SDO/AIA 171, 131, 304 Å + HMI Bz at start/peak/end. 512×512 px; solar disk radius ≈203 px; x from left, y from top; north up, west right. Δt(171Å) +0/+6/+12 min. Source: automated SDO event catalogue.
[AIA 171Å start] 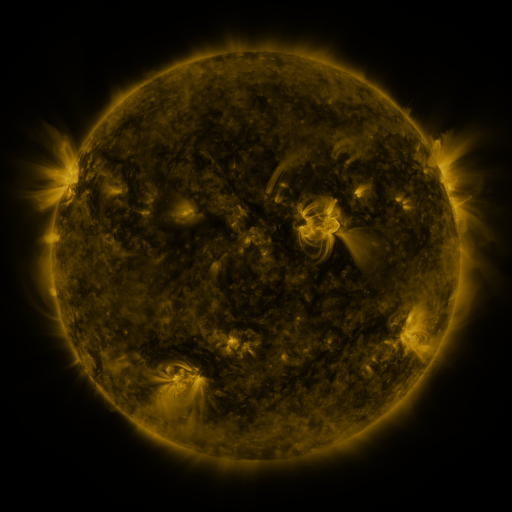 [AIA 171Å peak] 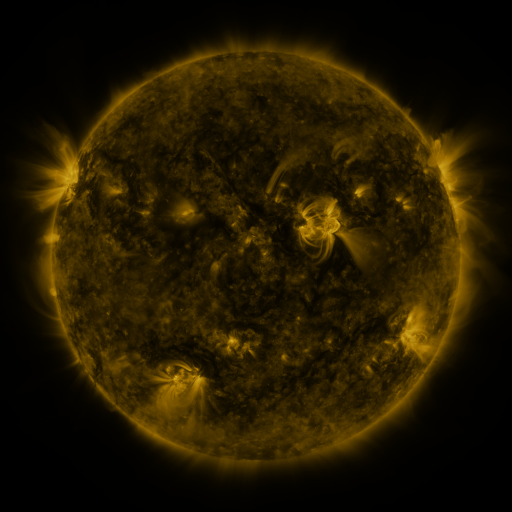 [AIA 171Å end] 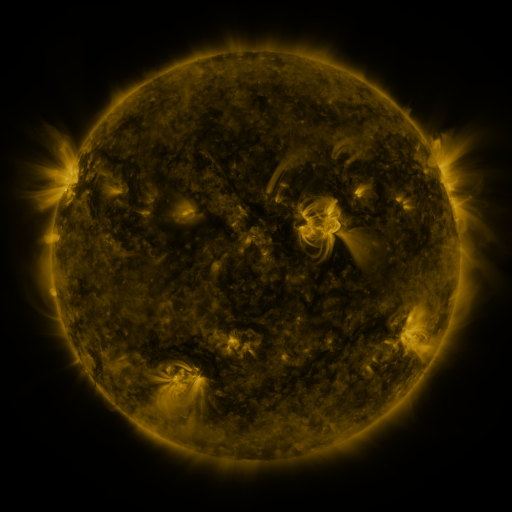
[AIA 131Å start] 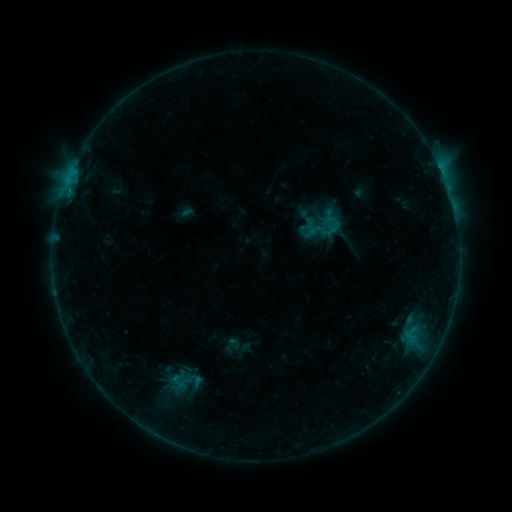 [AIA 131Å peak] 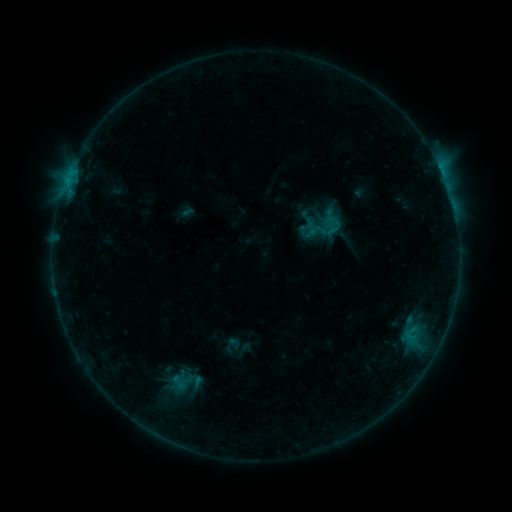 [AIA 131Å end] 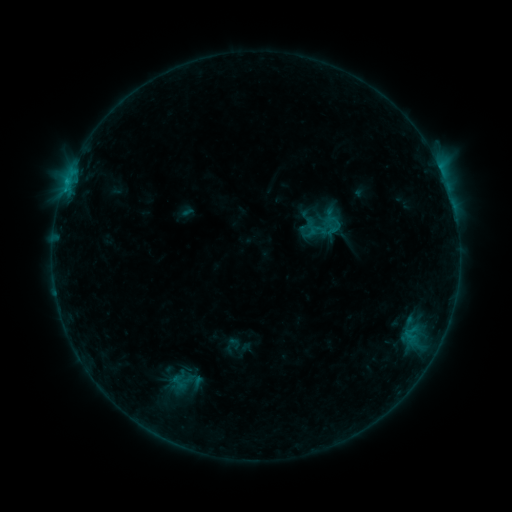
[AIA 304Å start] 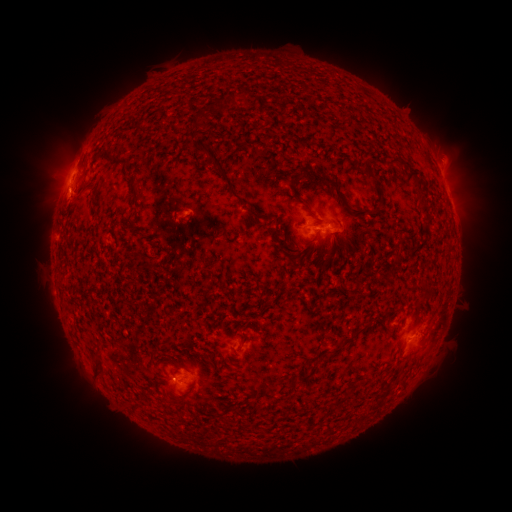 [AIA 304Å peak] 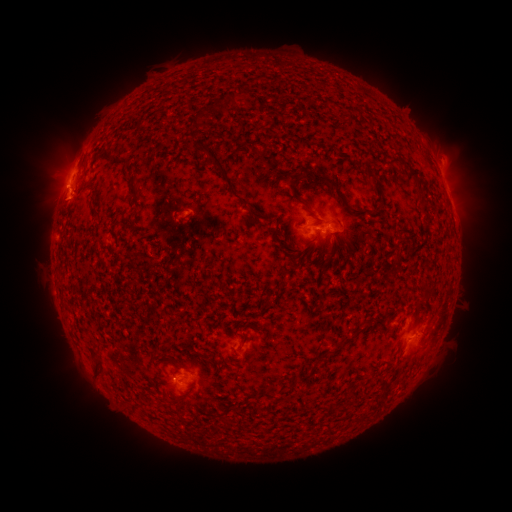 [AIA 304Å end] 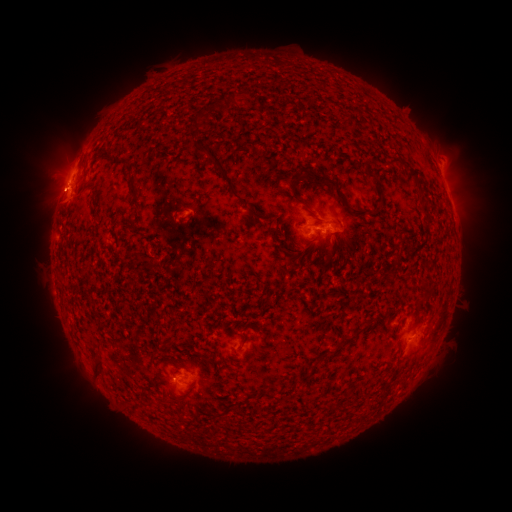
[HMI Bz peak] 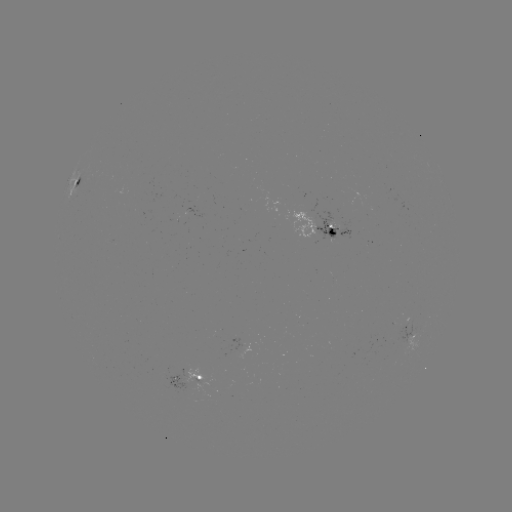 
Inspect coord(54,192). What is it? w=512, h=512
eruption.